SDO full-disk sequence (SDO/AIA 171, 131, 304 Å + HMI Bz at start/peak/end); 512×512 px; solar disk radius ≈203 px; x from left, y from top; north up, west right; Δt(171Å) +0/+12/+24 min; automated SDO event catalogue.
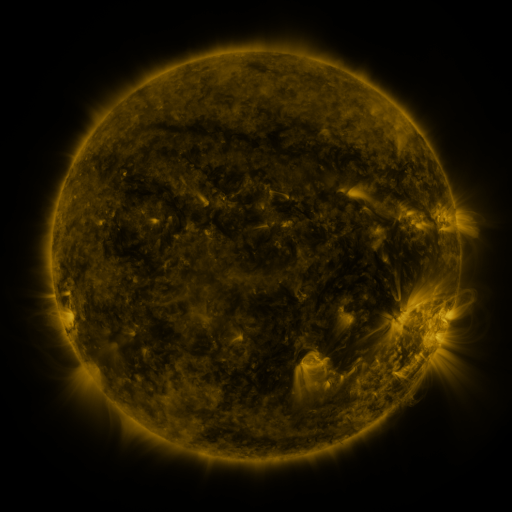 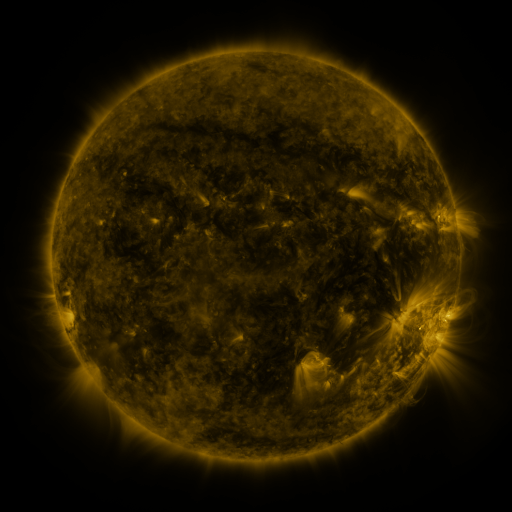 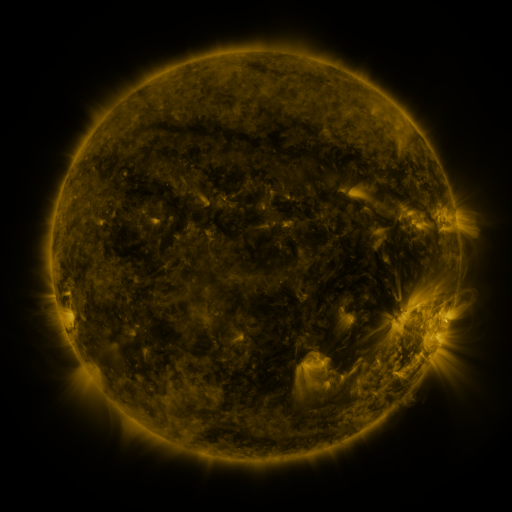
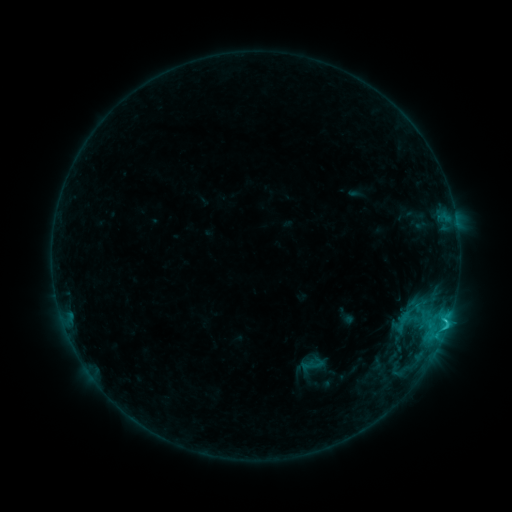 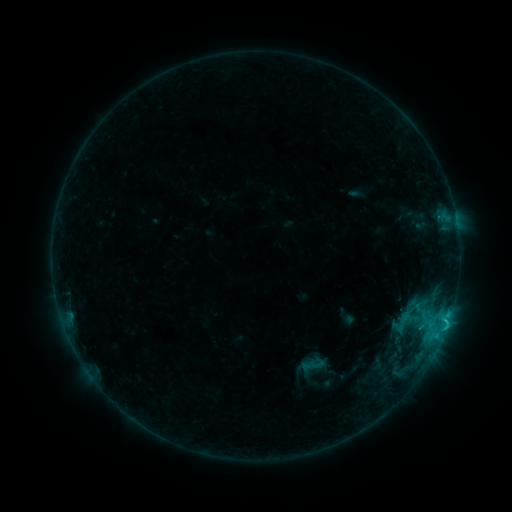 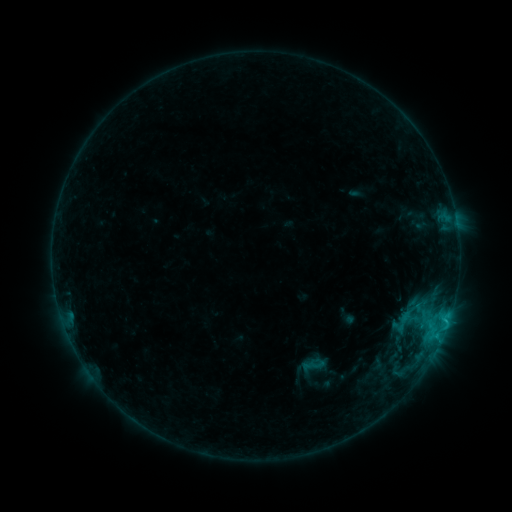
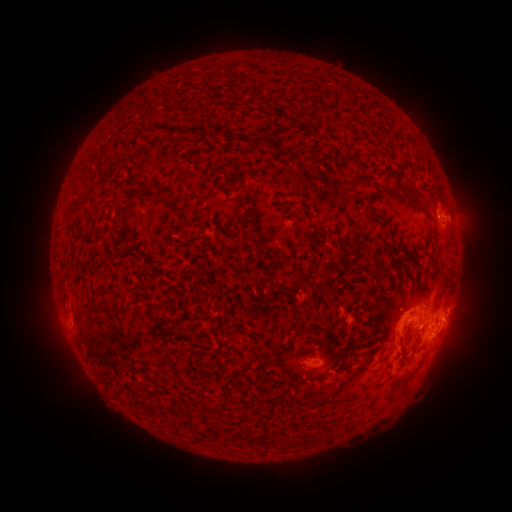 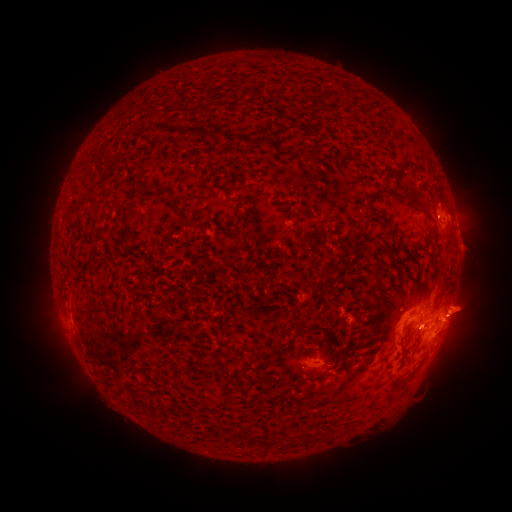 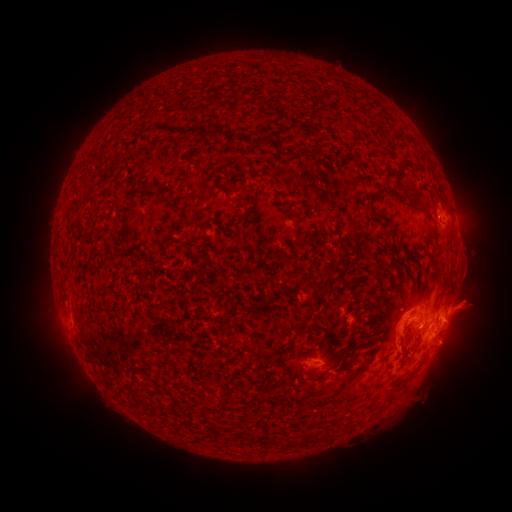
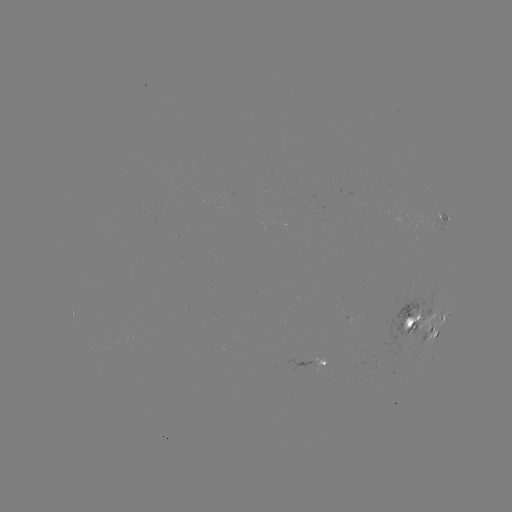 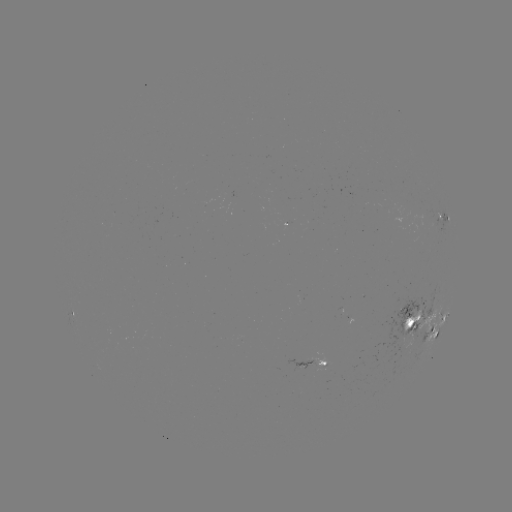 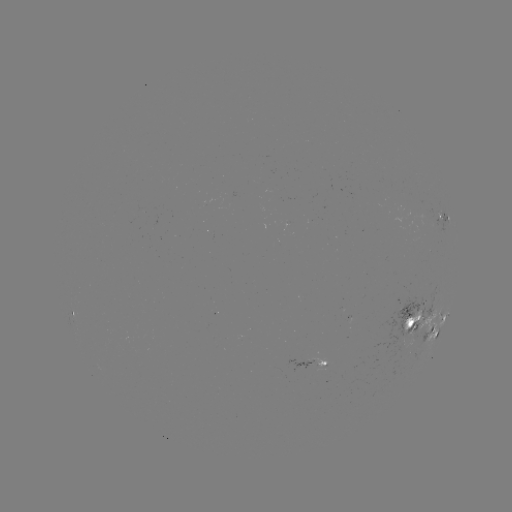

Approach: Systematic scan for eruption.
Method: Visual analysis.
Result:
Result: eruption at [472, 265].